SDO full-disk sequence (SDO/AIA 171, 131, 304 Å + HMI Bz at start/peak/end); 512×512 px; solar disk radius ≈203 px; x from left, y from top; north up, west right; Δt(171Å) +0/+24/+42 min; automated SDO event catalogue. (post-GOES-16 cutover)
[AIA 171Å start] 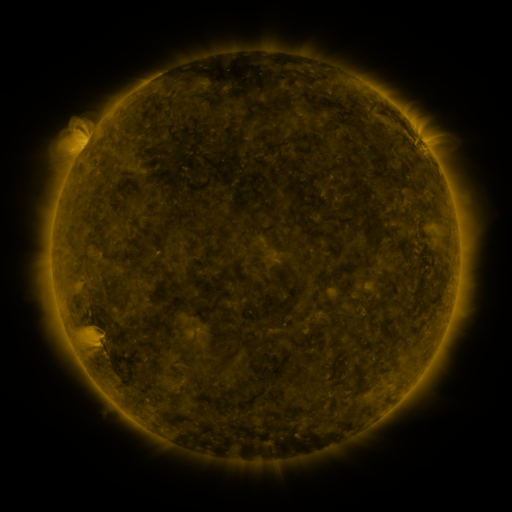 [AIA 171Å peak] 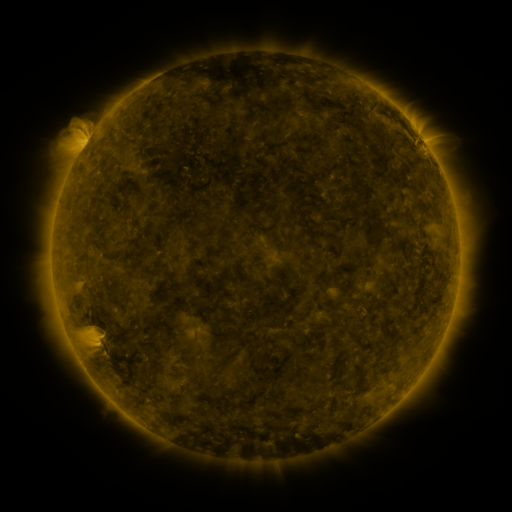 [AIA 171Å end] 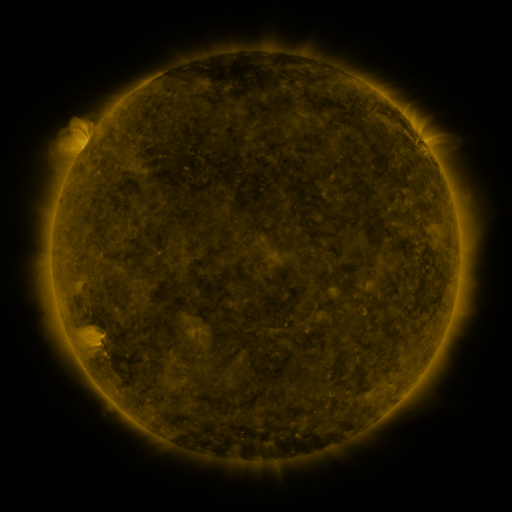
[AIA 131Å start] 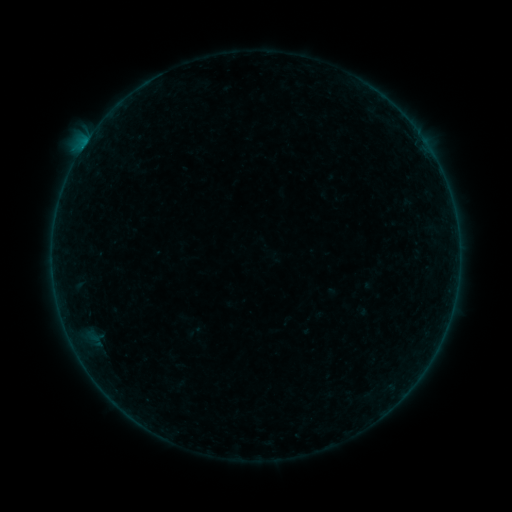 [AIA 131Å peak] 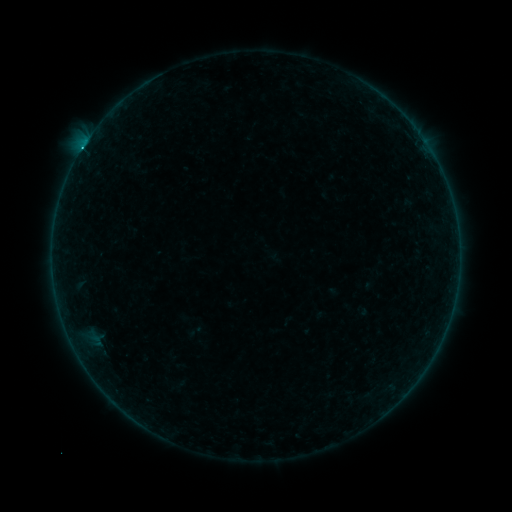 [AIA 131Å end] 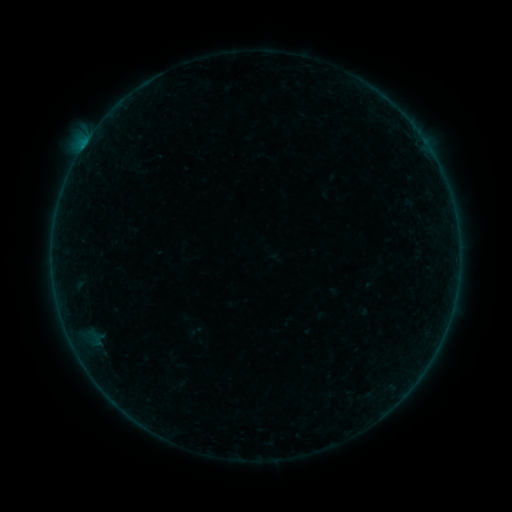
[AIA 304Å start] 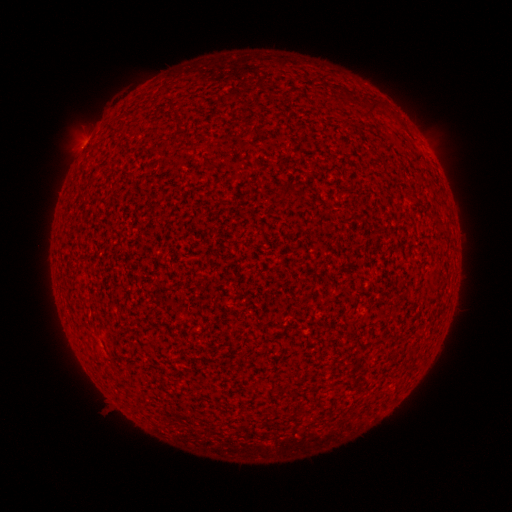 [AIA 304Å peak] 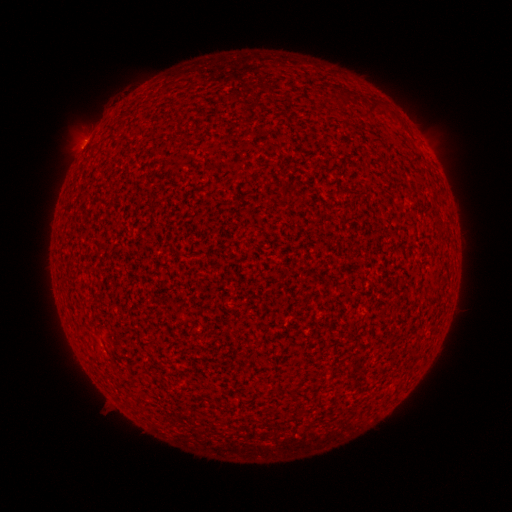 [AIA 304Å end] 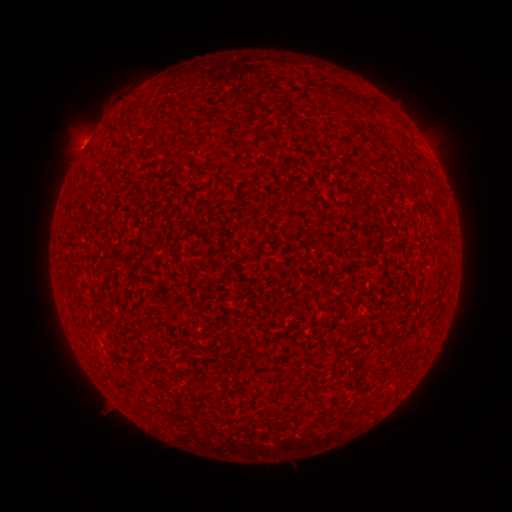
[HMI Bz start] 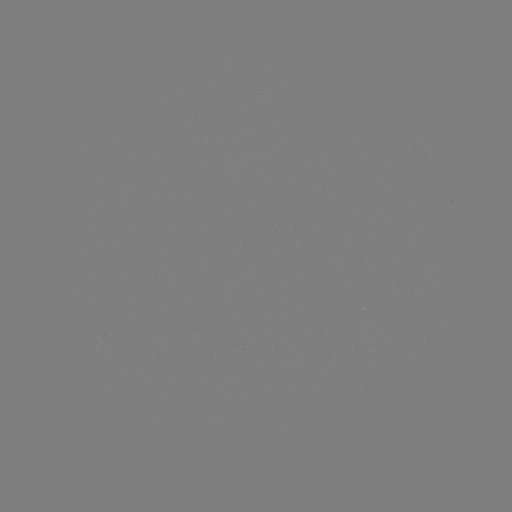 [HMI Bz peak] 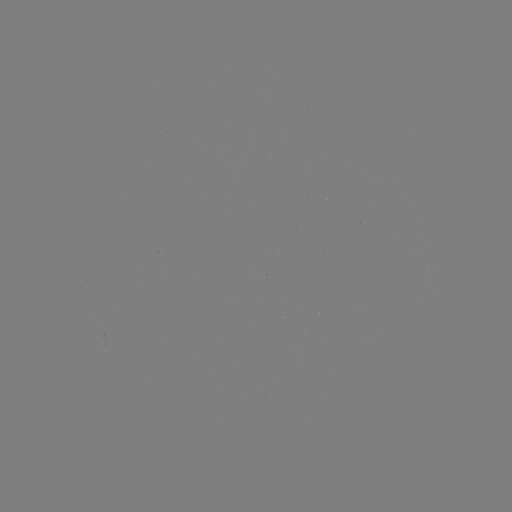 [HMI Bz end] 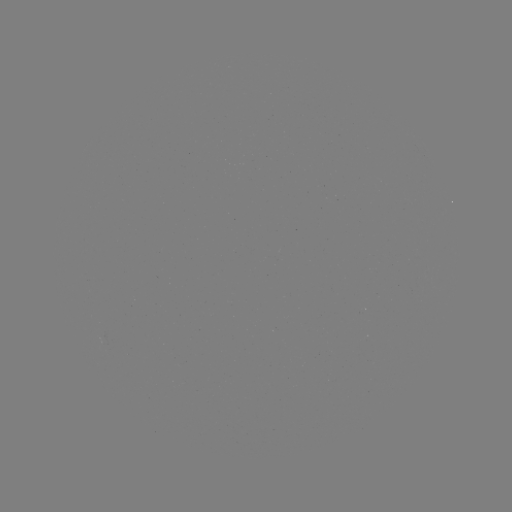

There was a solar flare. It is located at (83, 148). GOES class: C1.1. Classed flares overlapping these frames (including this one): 2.